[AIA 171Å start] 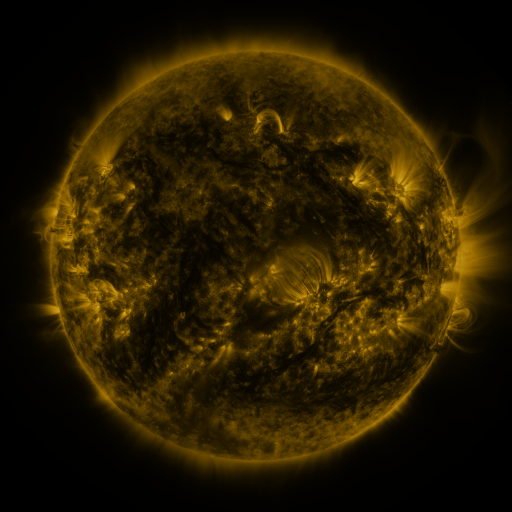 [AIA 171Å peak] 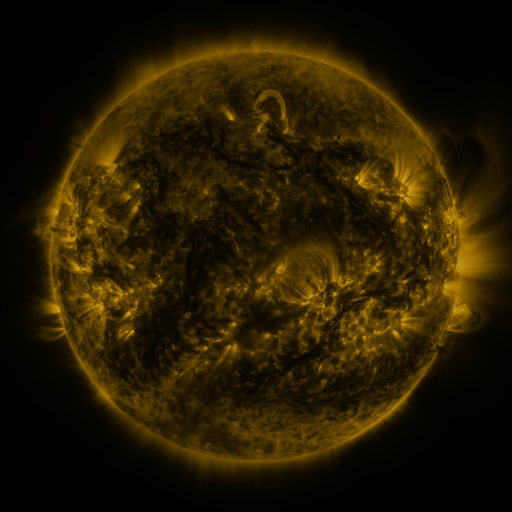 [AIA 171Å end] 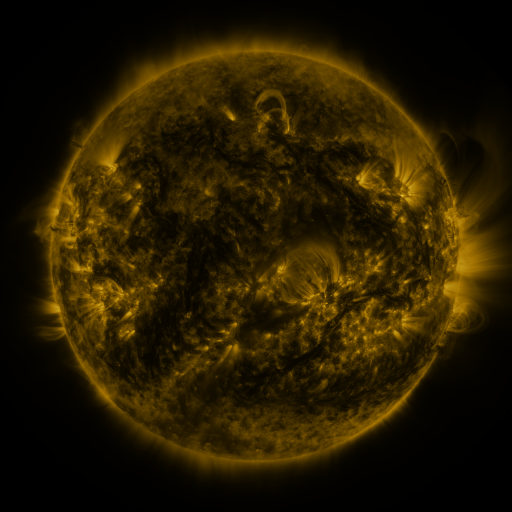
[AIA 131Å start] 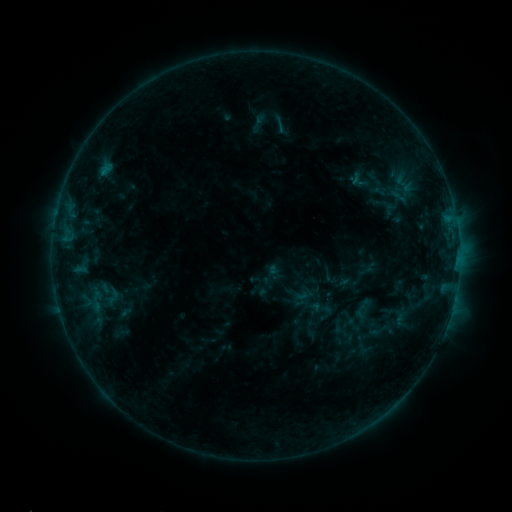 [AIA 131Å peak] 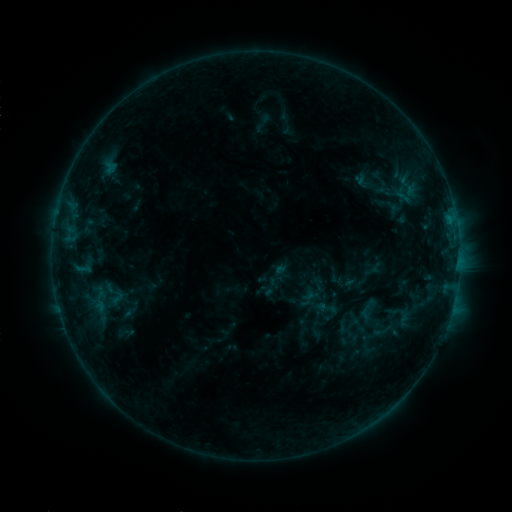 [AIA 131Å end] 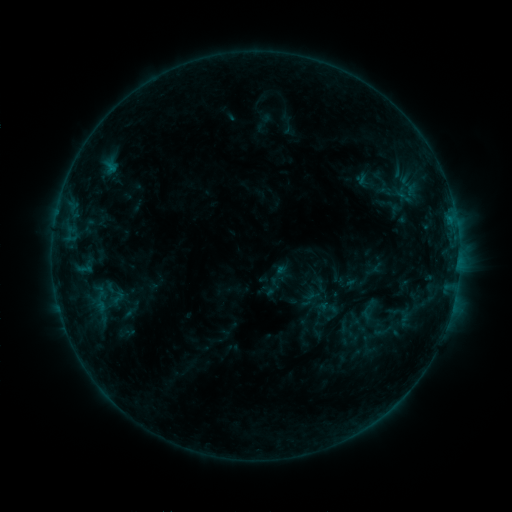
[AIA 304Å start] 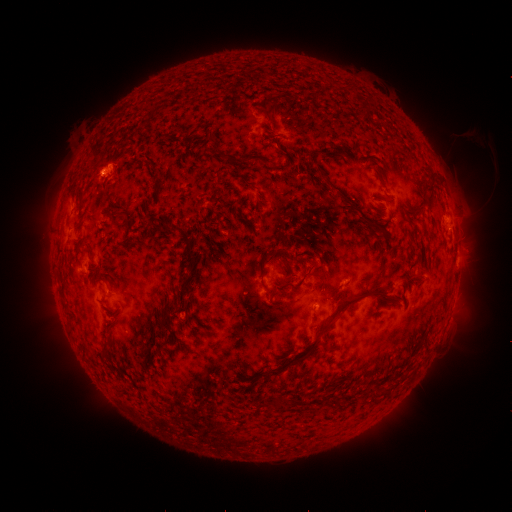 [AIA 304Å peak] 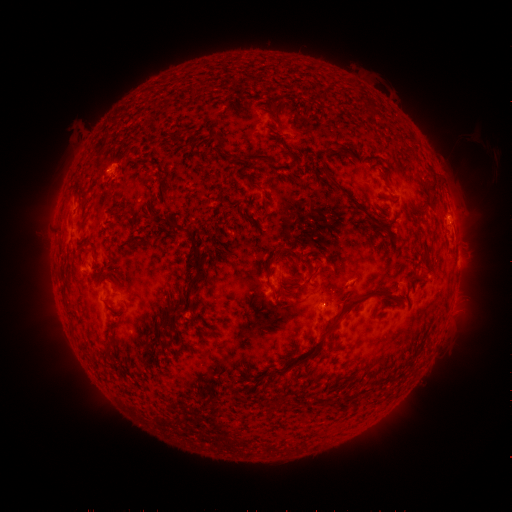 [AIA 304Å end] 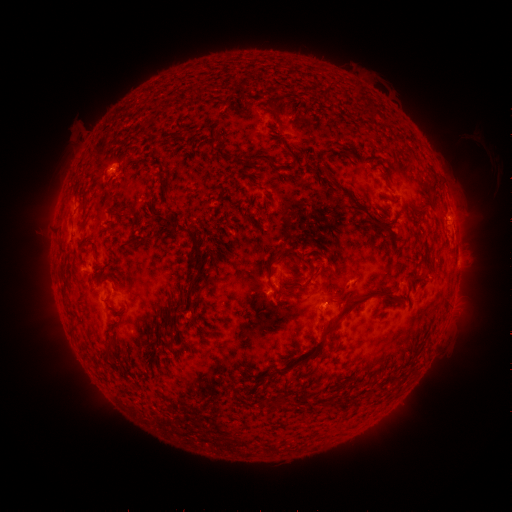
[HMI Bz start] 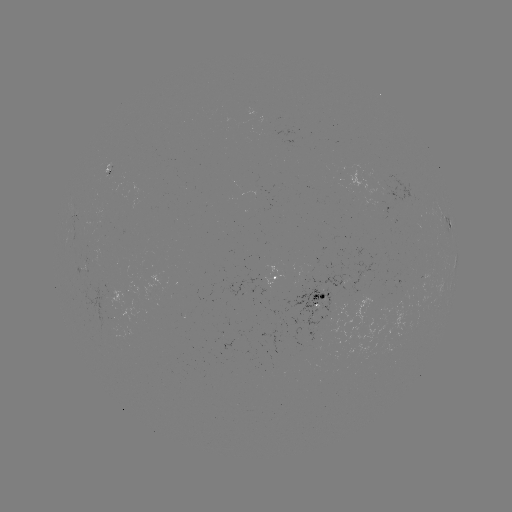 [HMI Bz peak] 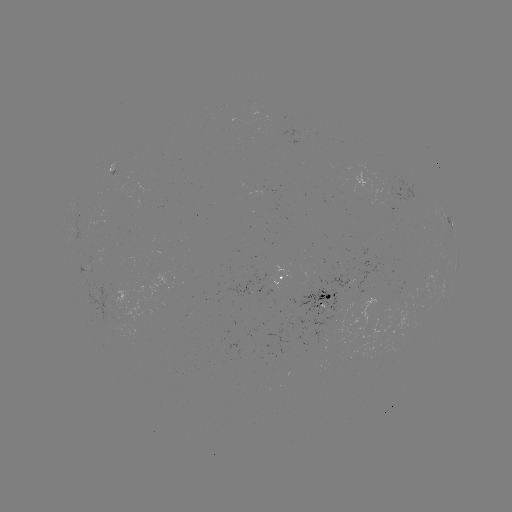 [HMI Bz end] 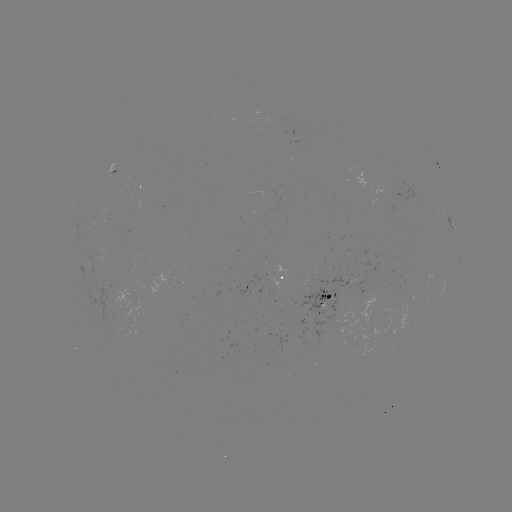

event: emerging-flux region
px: (86, 268)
